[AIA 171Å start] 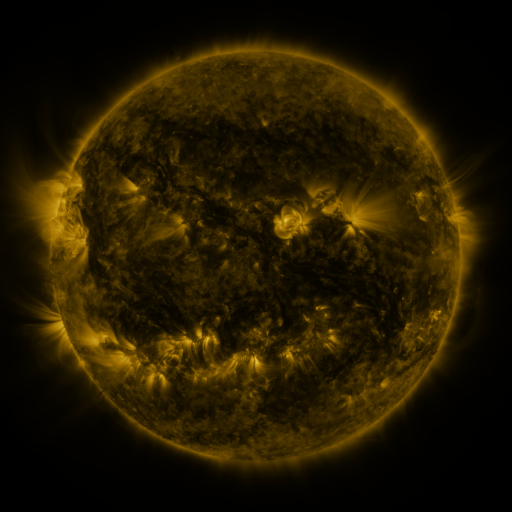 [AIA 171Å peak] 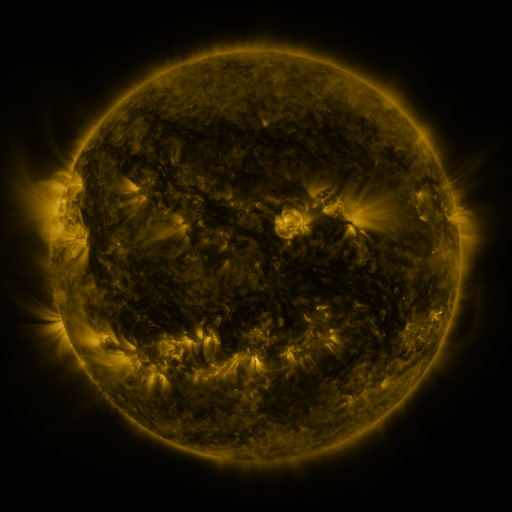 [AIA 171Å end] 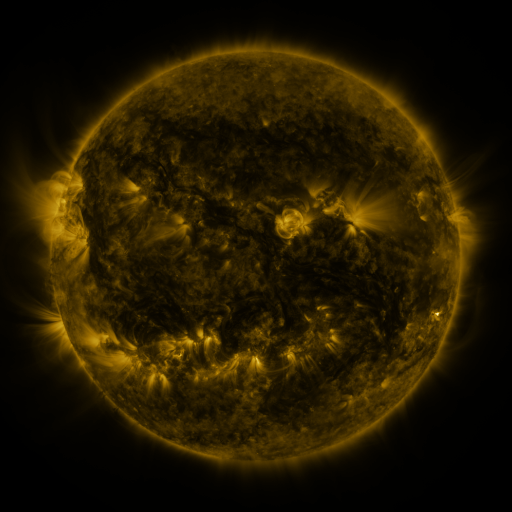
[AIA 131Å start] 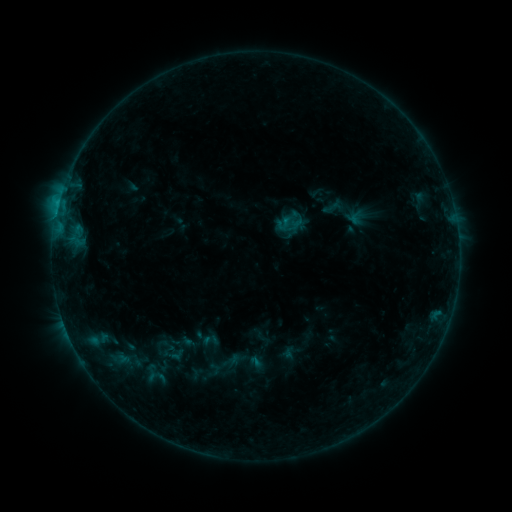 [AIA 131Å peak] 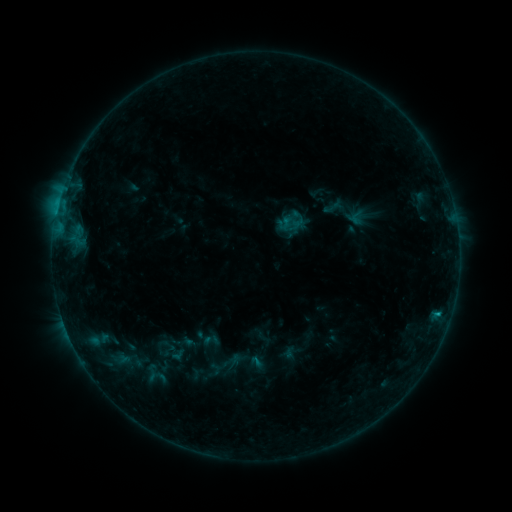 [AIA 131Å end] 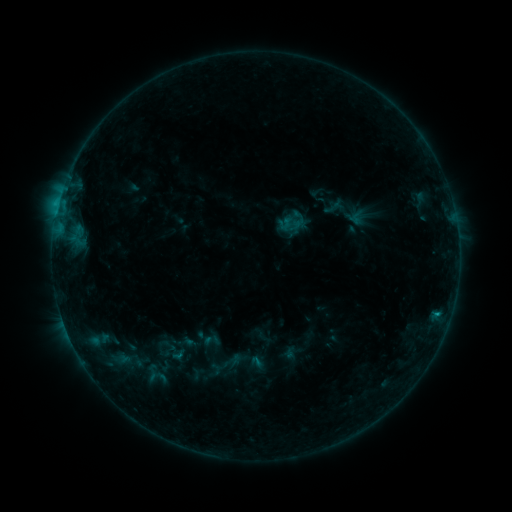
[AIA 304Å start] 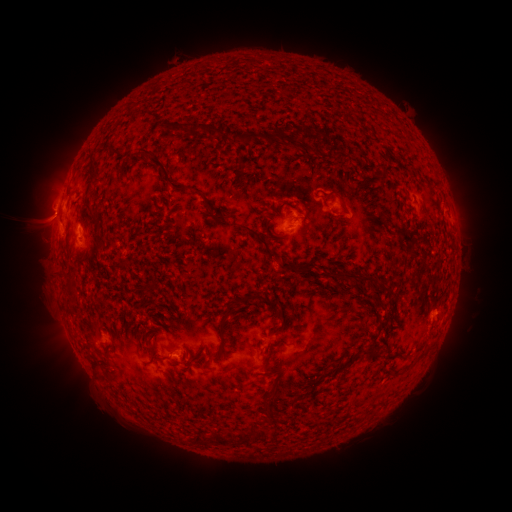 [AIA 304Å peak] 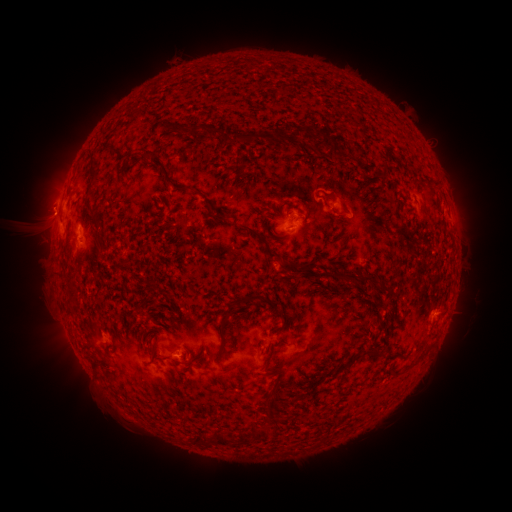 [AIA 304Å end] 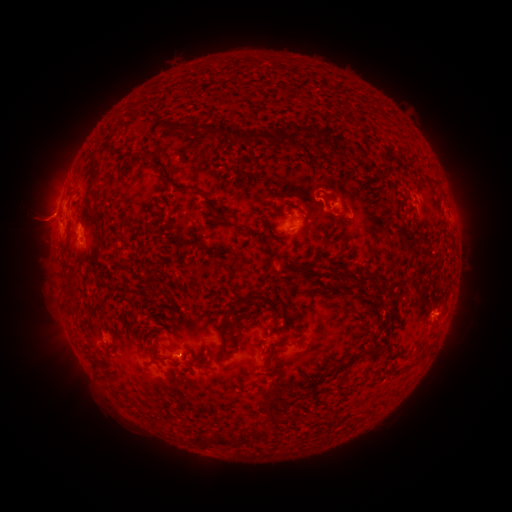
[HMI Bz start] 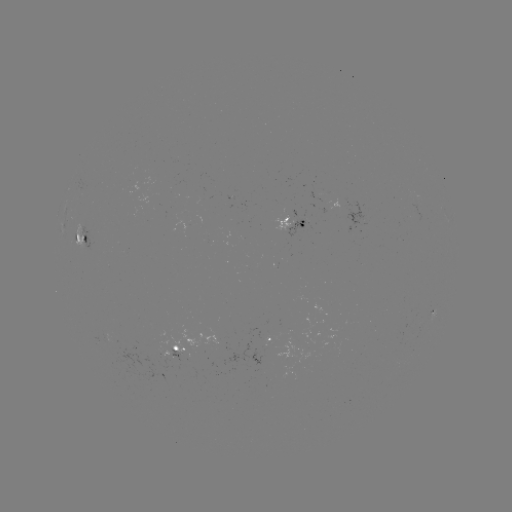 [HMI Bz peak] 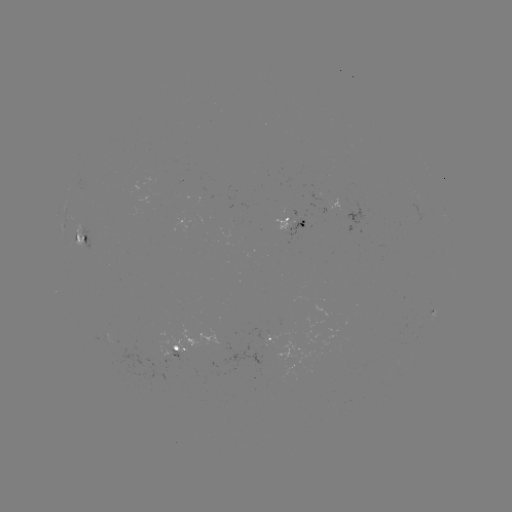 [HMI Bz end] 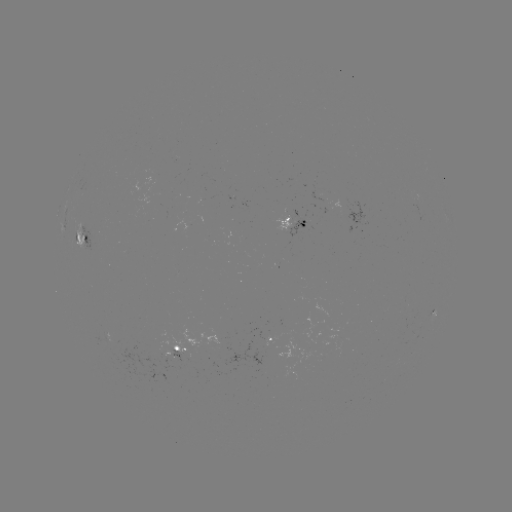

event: filament eruption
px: (430, 142)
